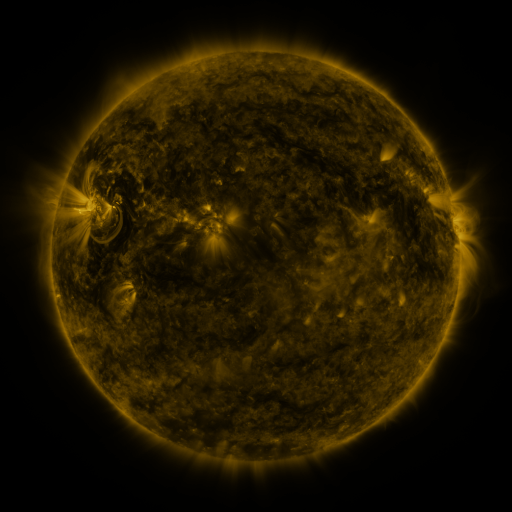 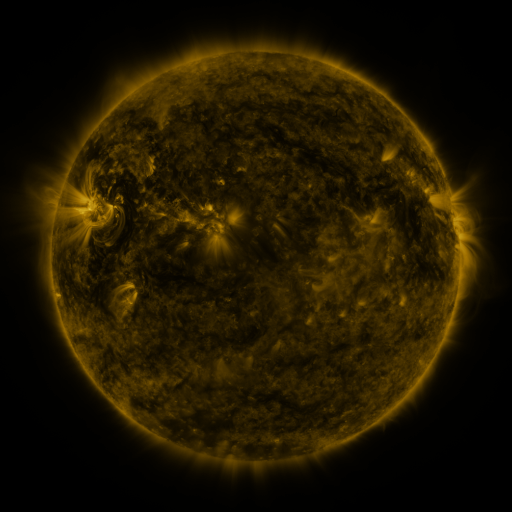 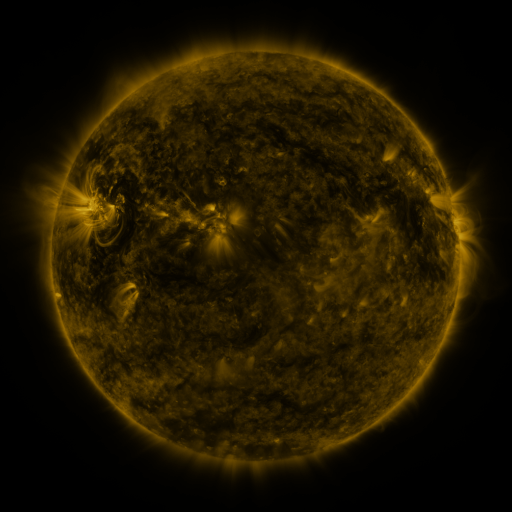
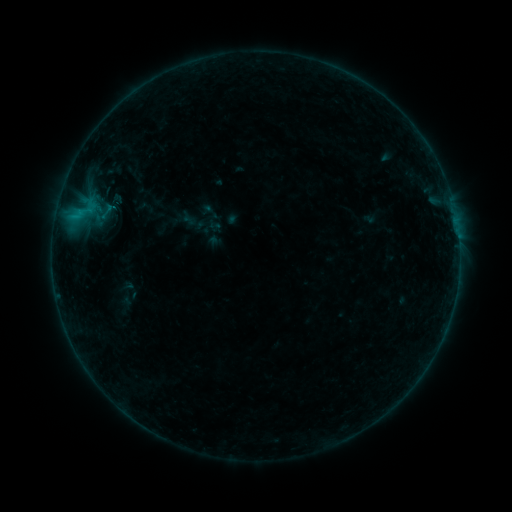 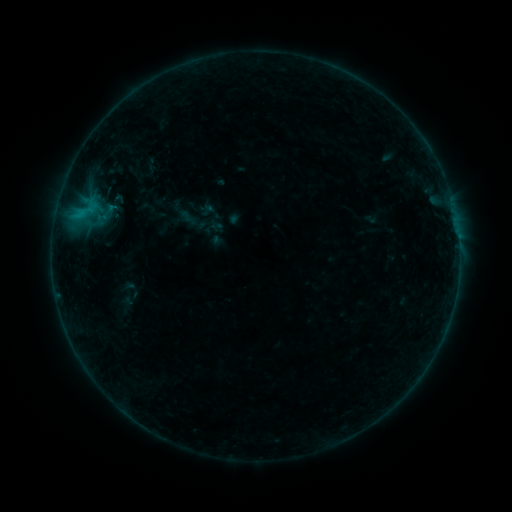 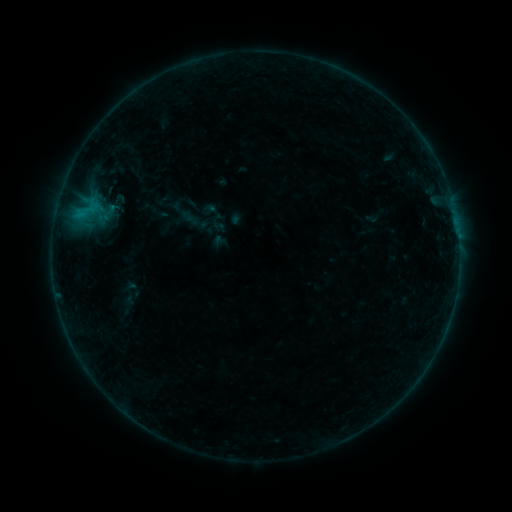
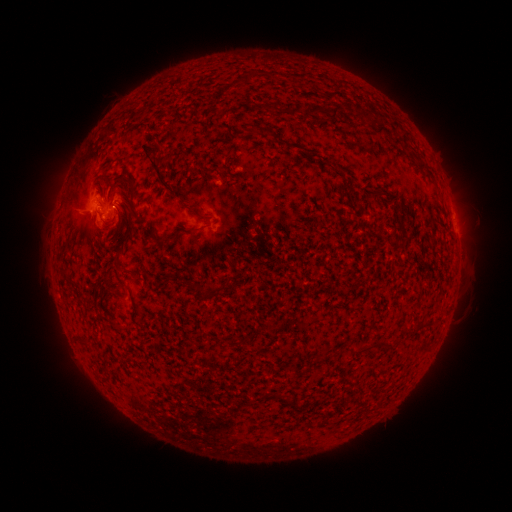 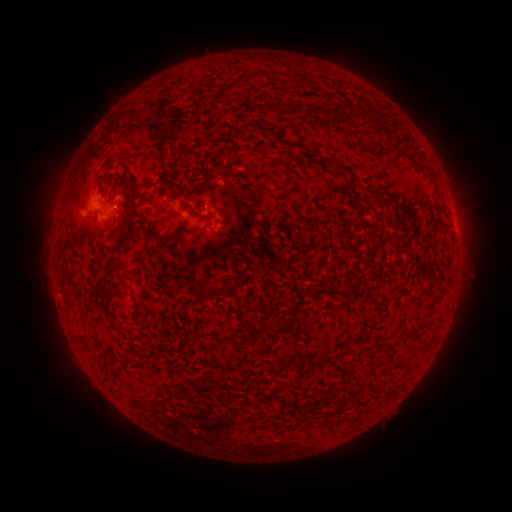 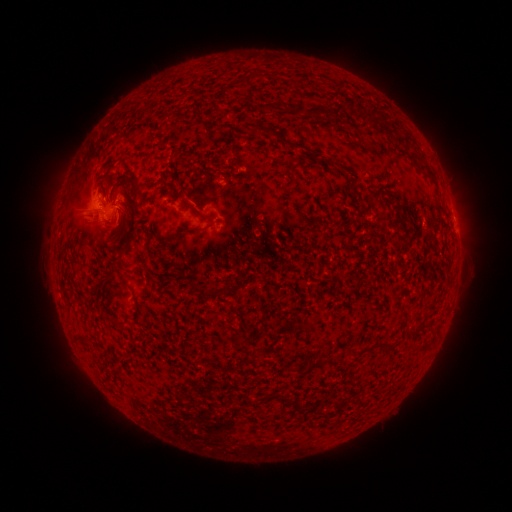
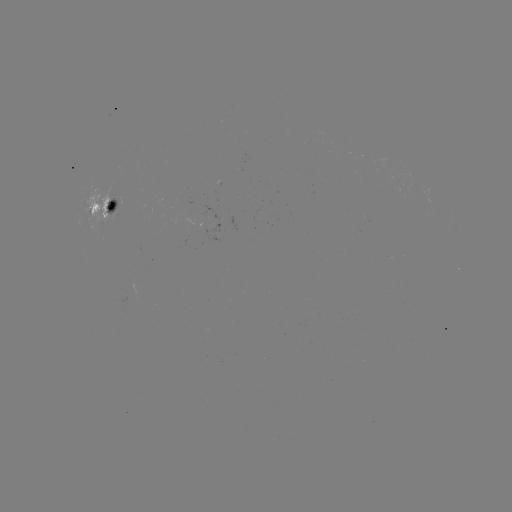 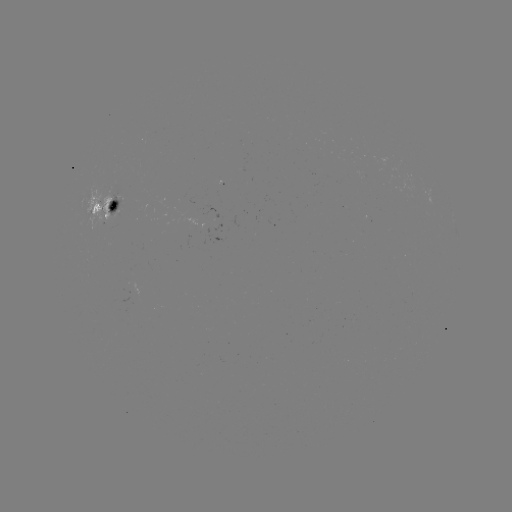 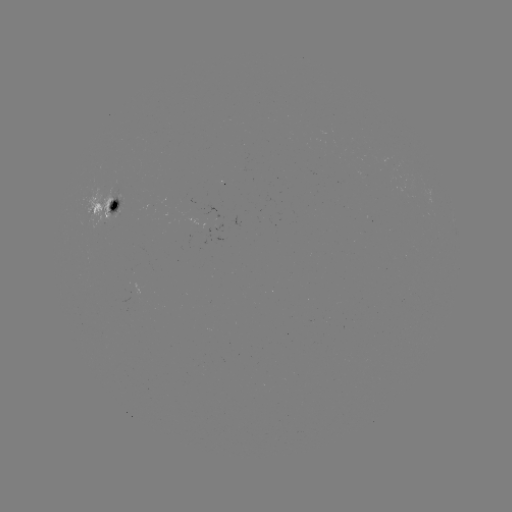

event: filament eruption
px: (159, 152)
